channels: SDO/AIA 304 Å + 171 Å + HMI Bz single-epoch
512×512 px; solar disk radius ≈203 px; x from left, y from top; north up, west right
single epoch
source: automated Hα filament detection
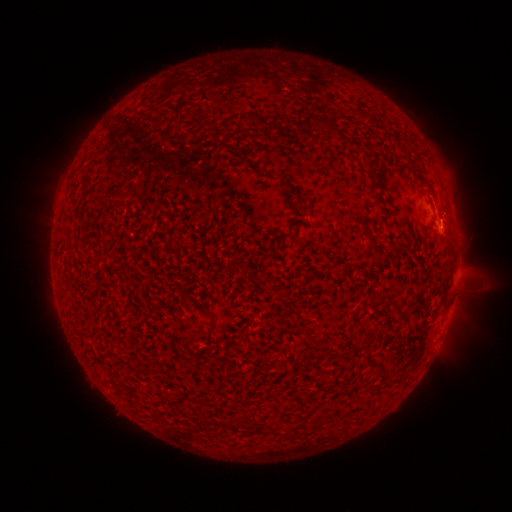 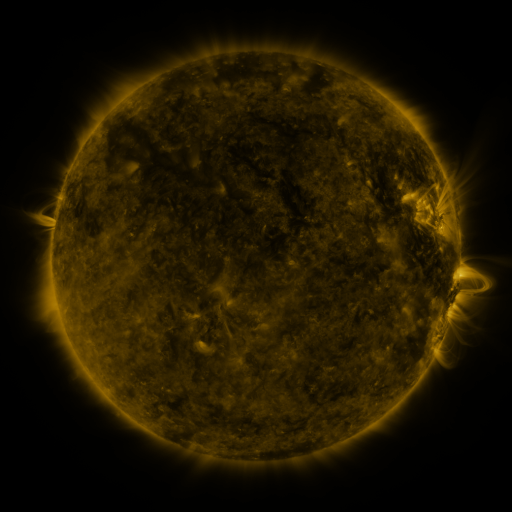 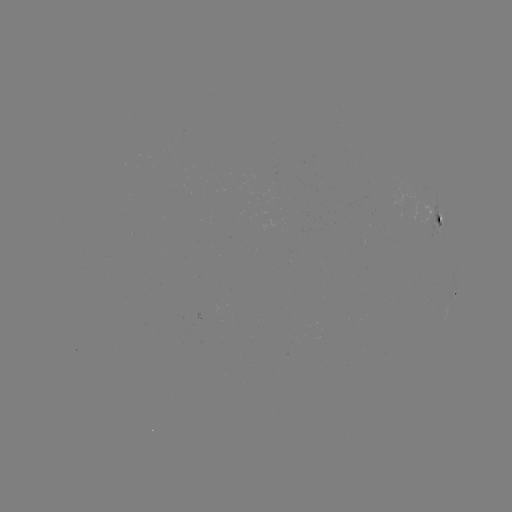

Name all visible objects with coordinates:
filament: (306, 125)
filament: (175, 137)
filament: (368, 173)
filament: (289, 236)
filament: (445, 303)
filament: (210, 328)
filament: (371, 388)
filament: (272, 429)
